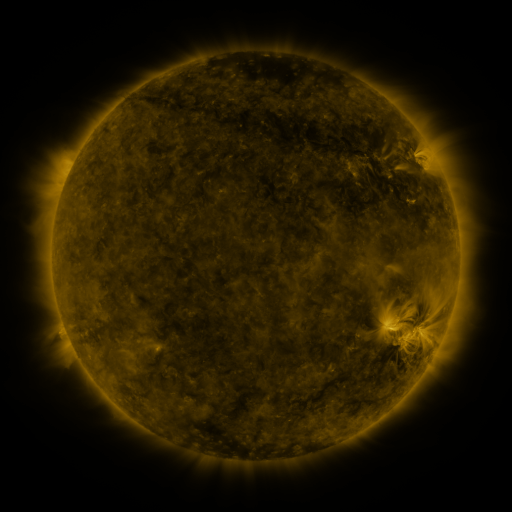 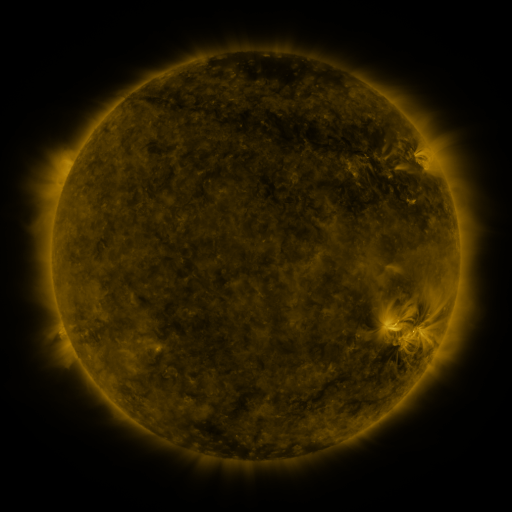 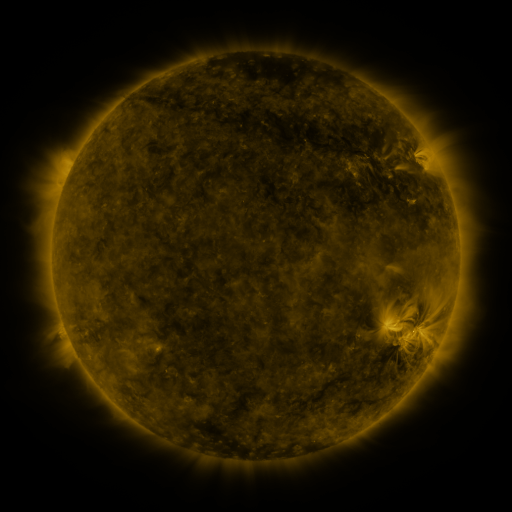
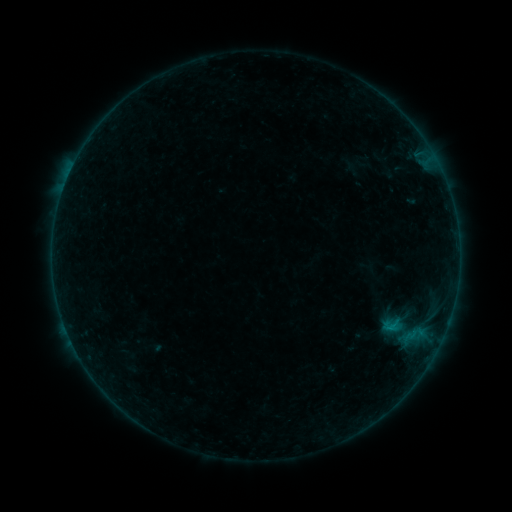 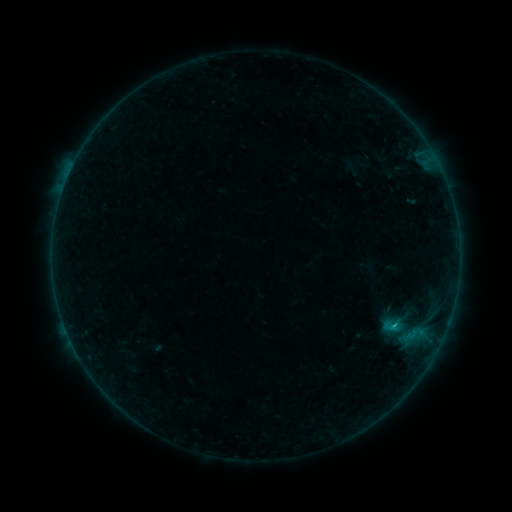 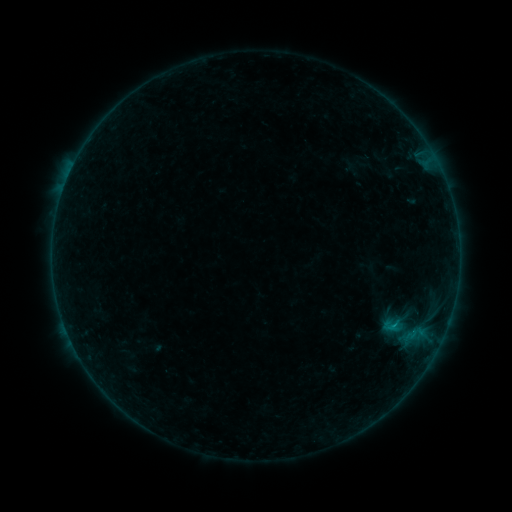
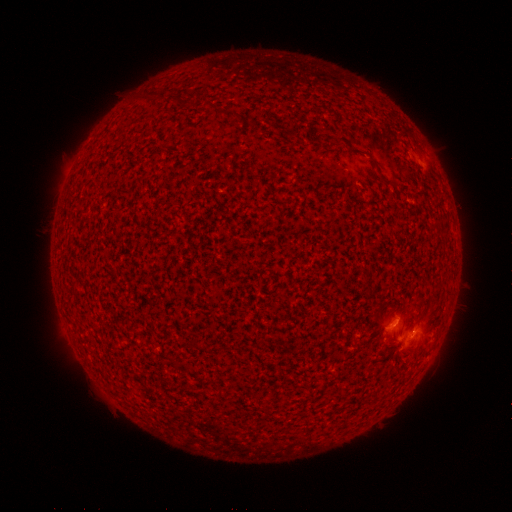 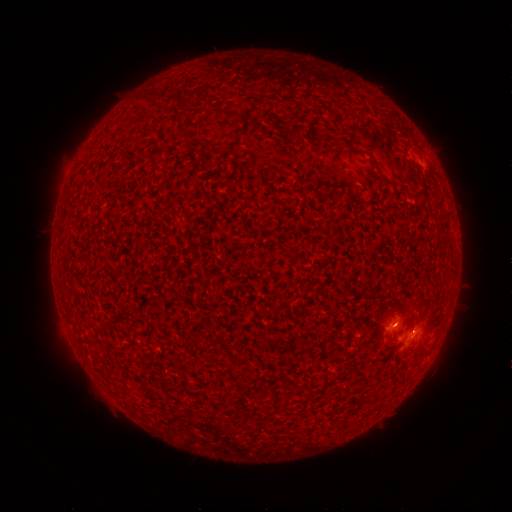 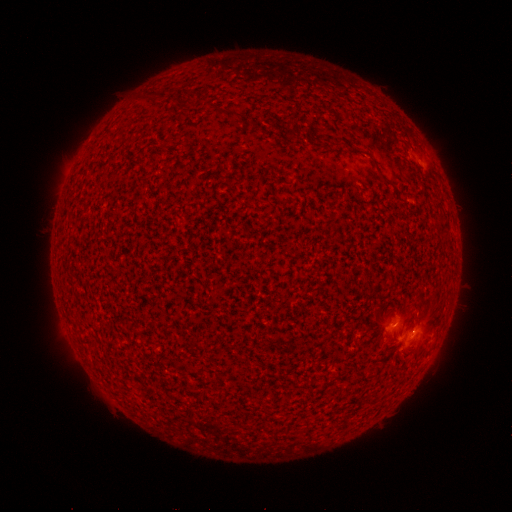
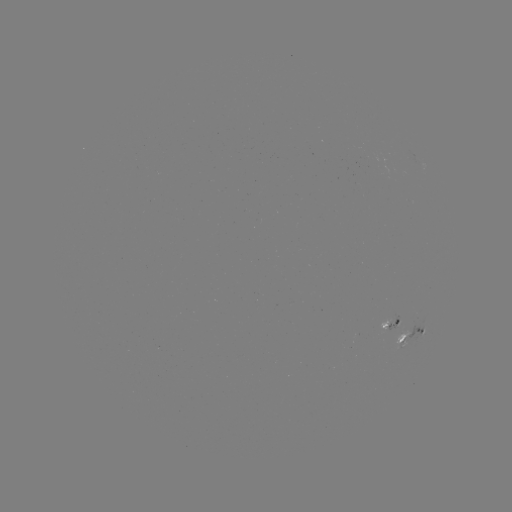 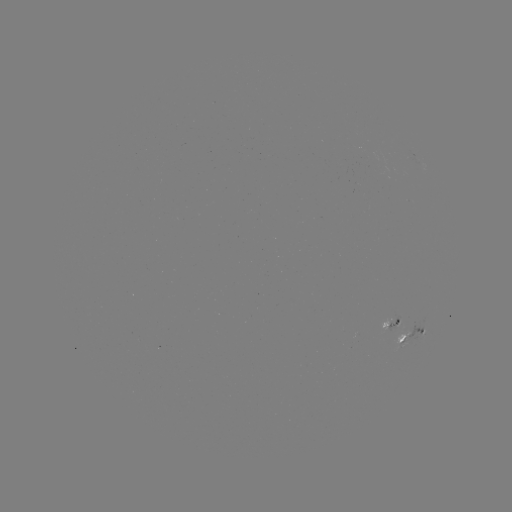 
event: flare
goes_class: B4.0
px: (394, 323)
